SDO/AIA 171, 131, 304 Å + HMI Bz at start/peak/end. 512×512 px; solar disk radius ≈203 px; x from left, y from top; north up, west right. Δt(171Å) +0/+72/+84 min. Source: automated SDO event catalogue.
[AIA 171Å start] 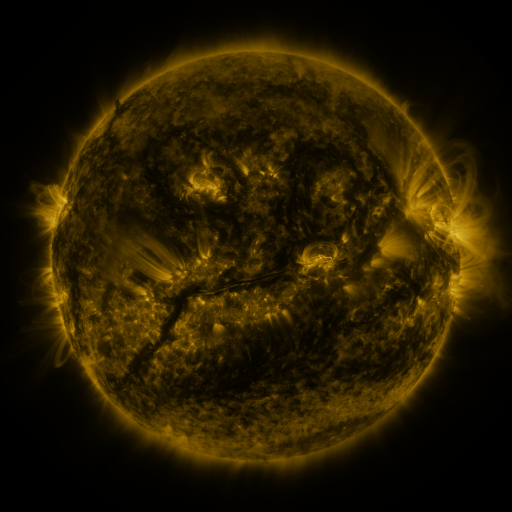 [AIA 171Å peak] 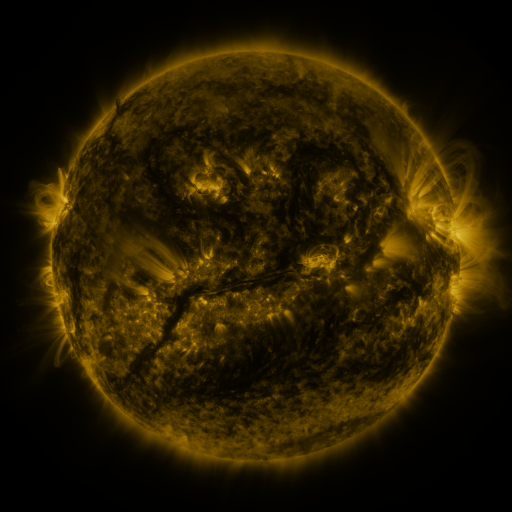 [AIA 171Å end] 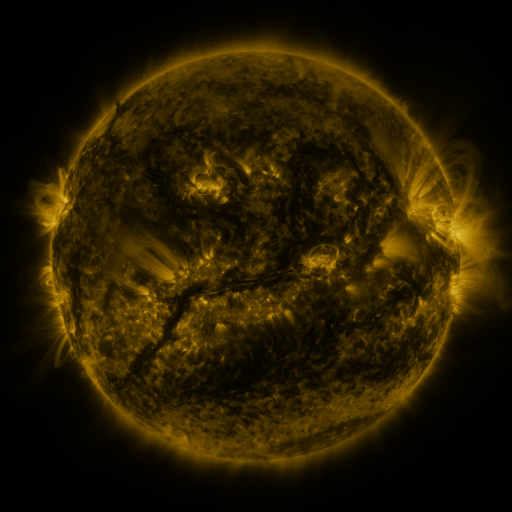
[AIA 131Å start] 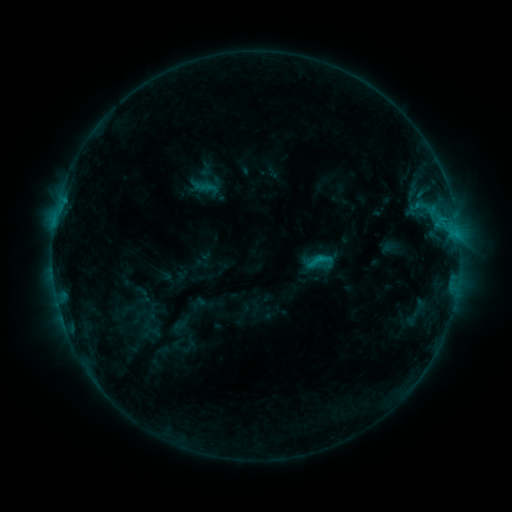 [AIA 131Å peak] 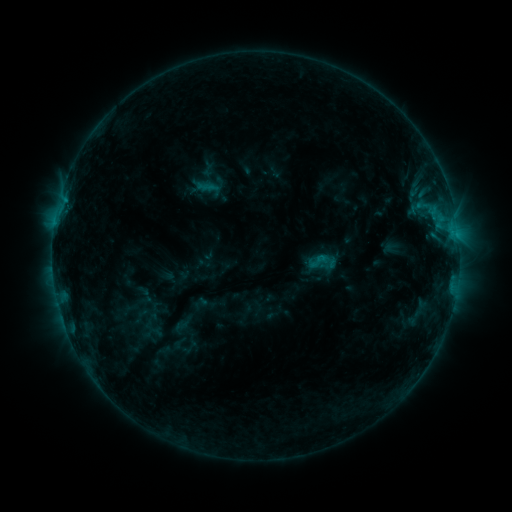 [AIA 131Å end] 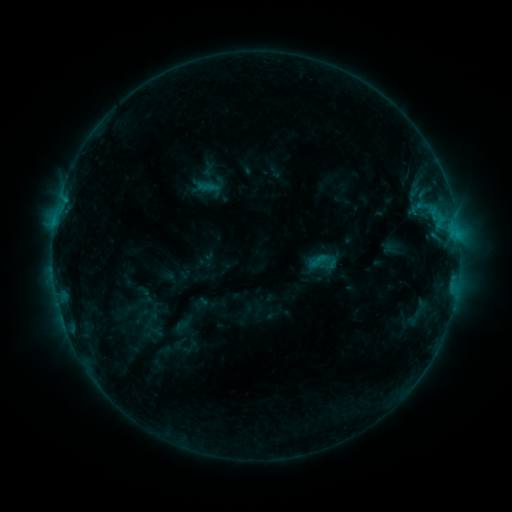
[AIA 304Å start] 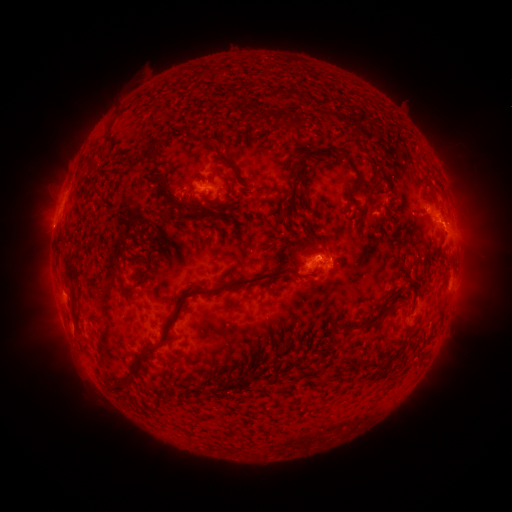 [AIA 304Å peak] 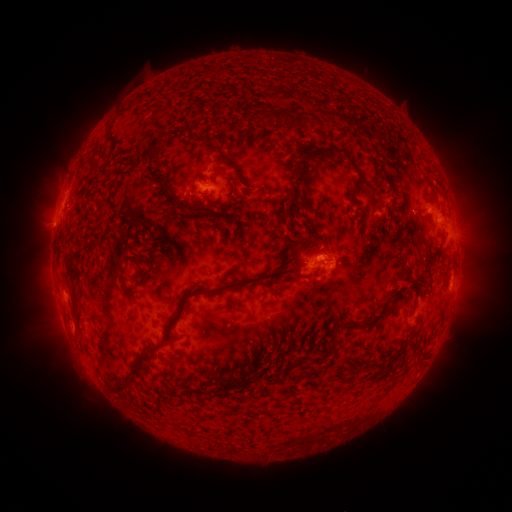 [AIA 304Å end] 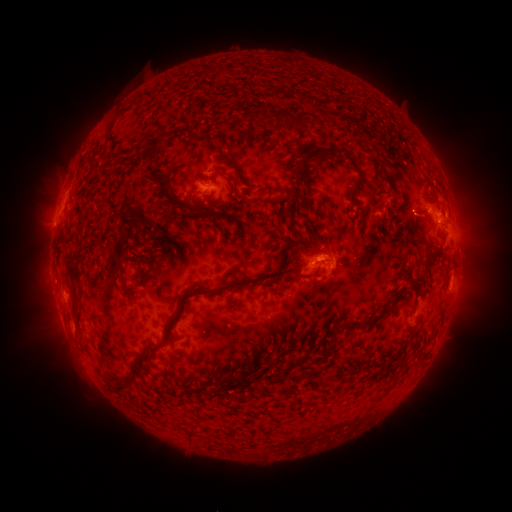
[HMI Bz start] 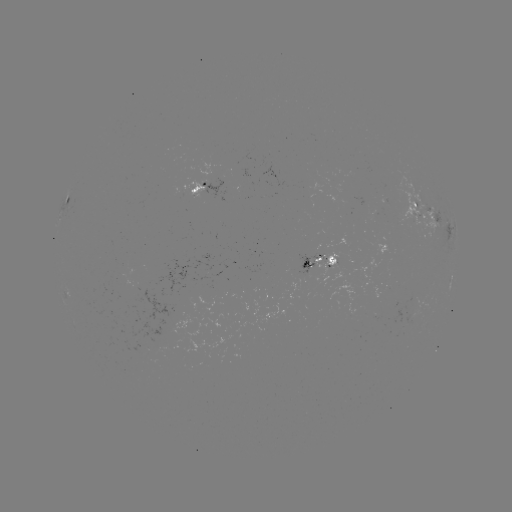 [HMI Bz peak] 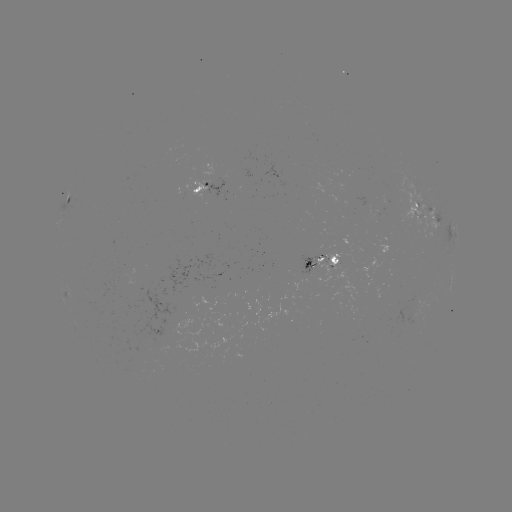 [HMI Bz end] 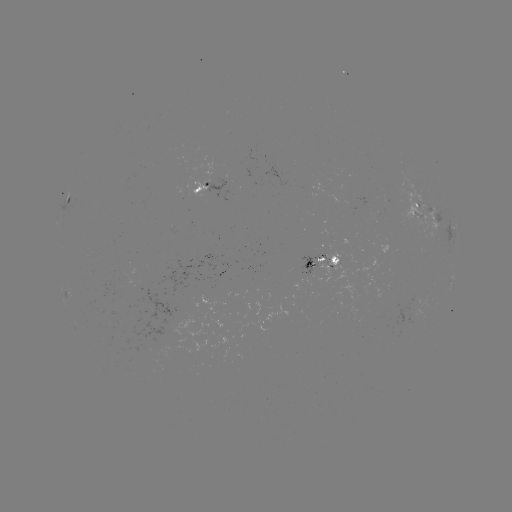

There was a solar emerging-flux region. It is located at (323, 262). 